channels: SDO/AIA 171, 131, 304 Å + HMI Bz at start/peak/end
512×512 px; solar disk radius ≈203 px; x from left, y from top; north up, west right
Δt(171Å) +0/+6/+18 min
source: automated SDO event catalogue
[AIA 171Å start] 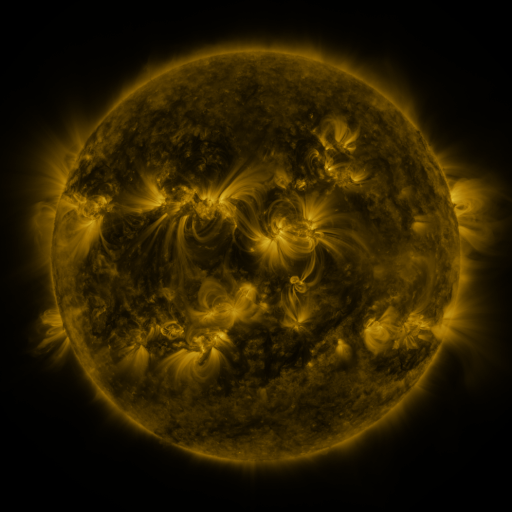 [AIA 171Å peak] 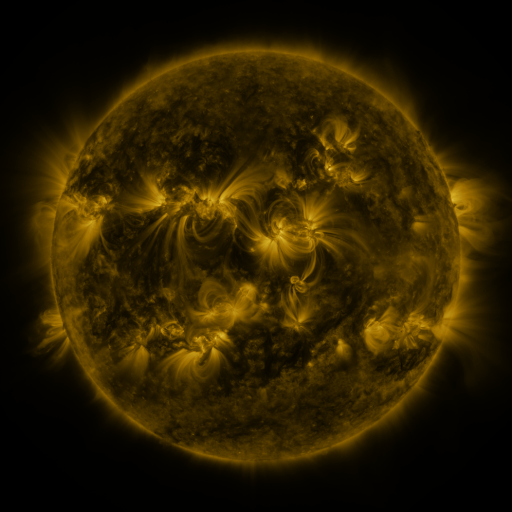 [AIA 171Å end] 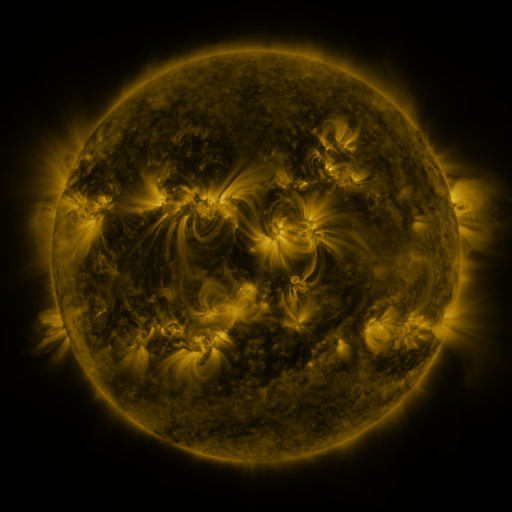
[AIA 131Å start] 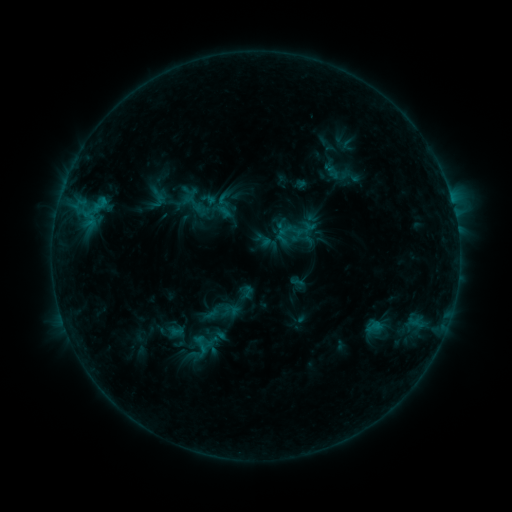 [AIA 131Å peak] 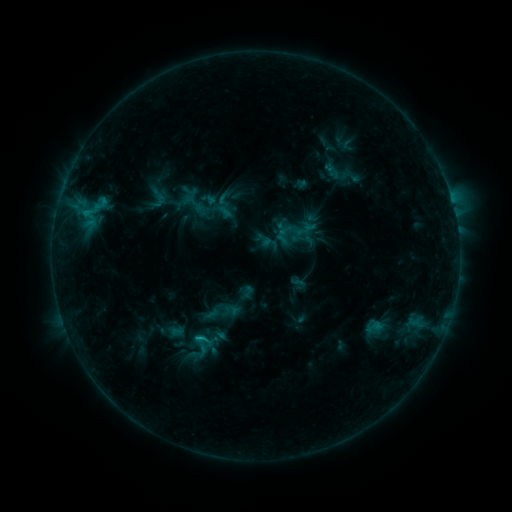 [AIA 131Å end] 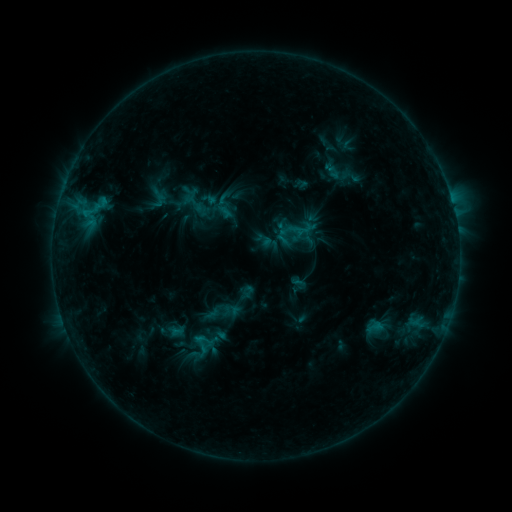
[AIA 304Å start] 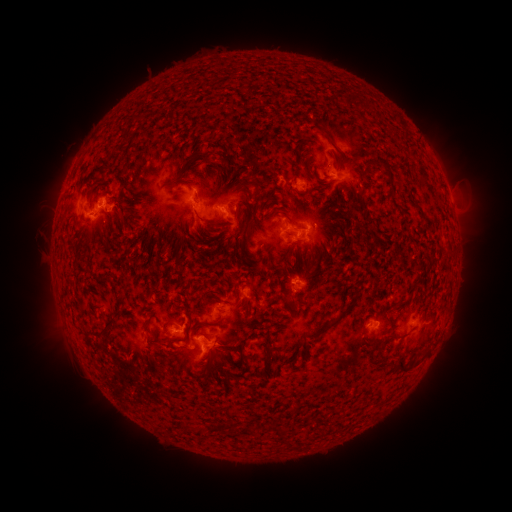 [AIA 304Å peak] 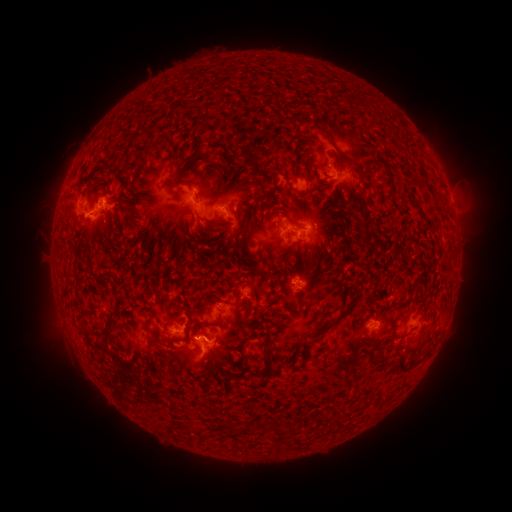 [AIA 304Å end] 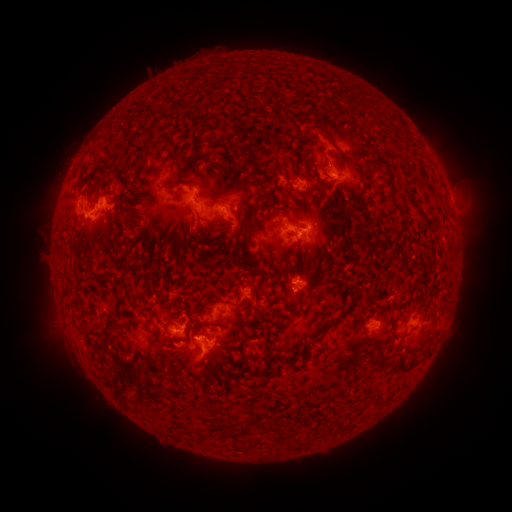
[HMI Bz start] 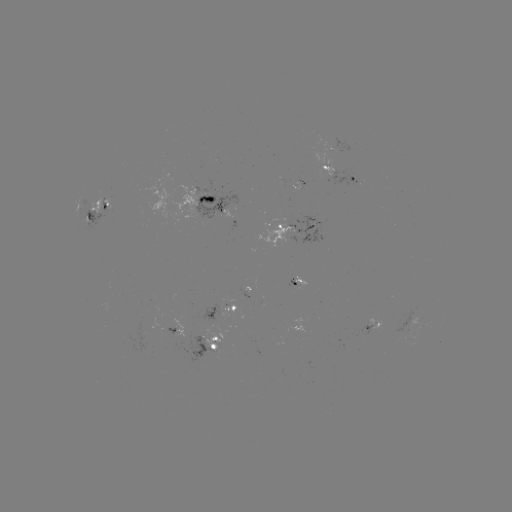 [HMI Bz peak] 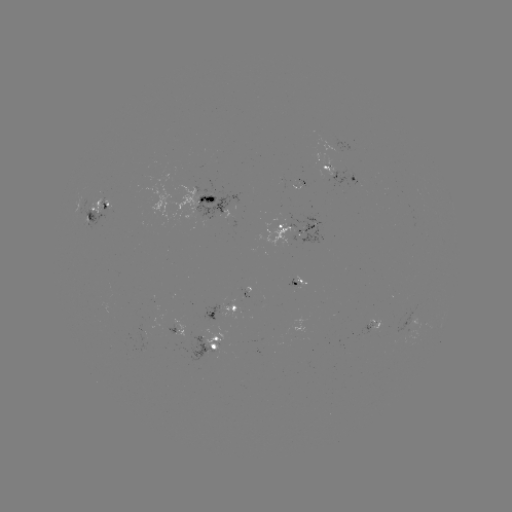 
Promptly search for C1.1 flare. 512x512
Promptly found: [202, 337].